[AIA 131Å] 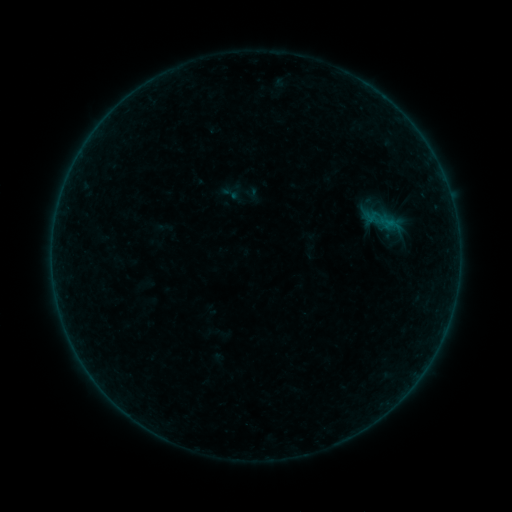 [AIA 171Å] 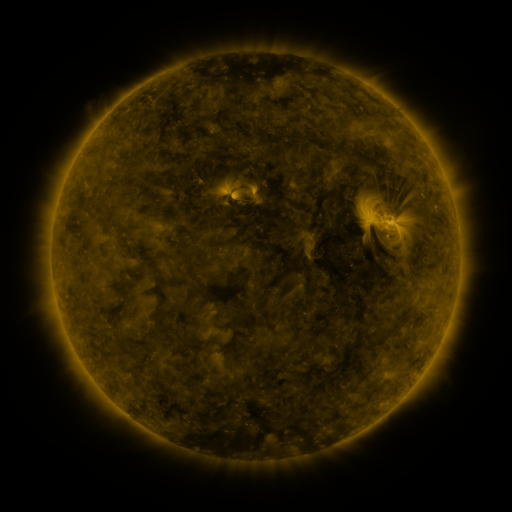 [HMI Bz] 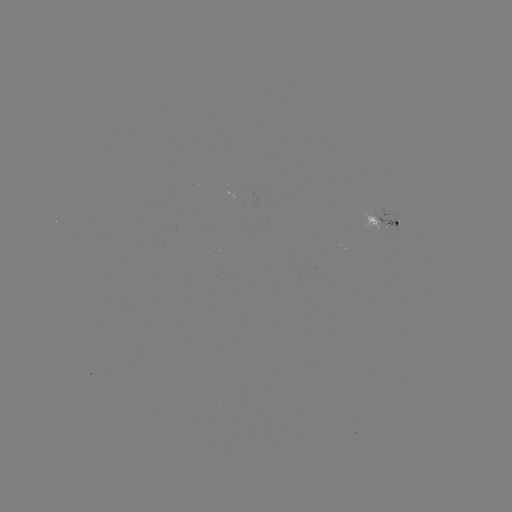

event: sigmoid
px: (230, 193)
